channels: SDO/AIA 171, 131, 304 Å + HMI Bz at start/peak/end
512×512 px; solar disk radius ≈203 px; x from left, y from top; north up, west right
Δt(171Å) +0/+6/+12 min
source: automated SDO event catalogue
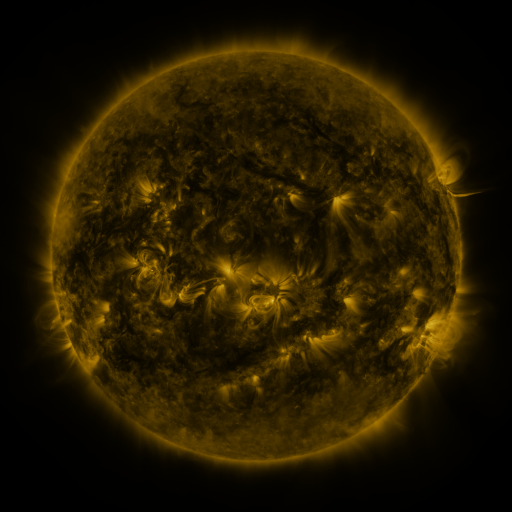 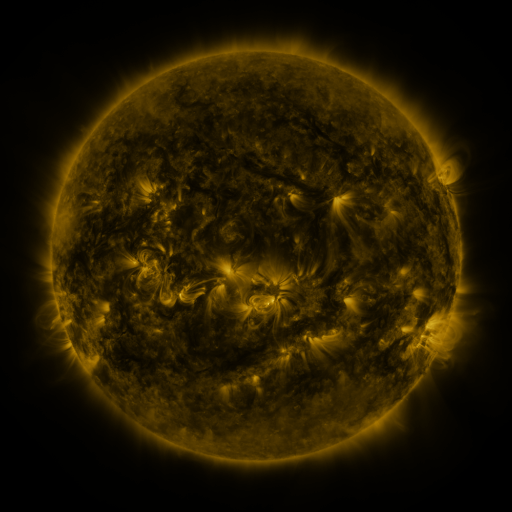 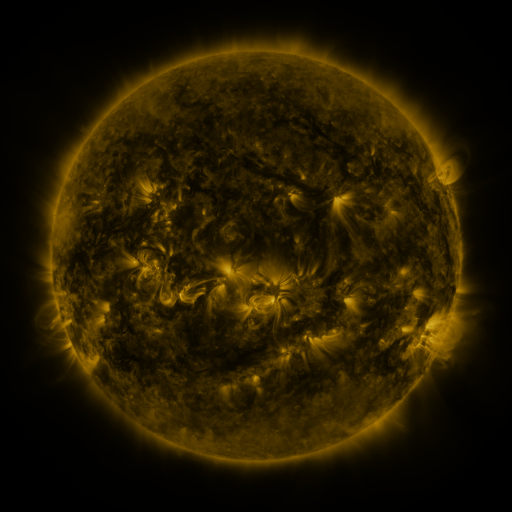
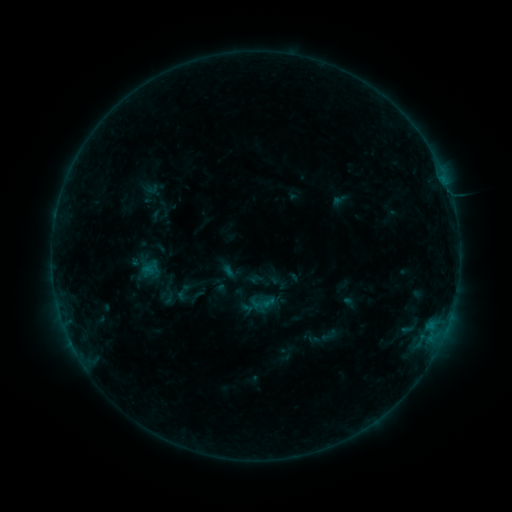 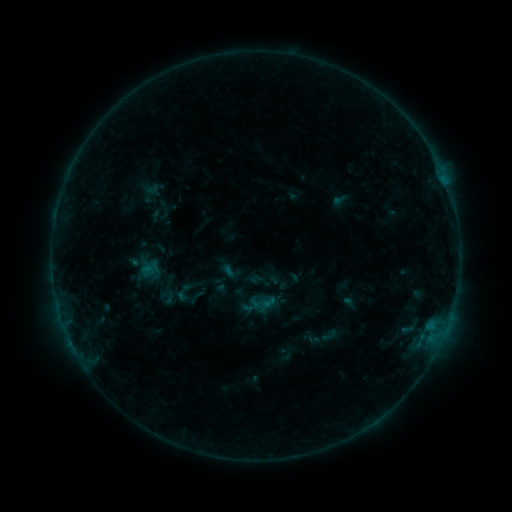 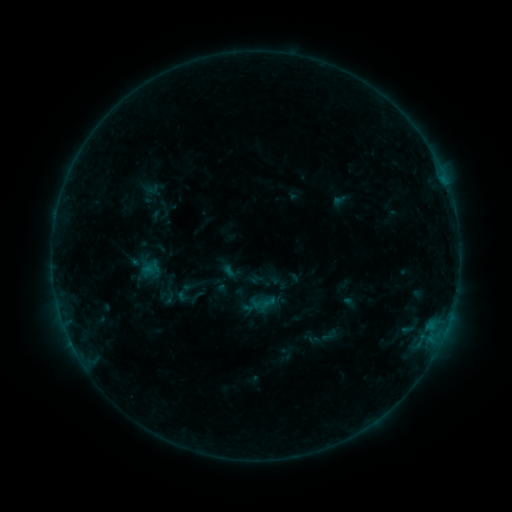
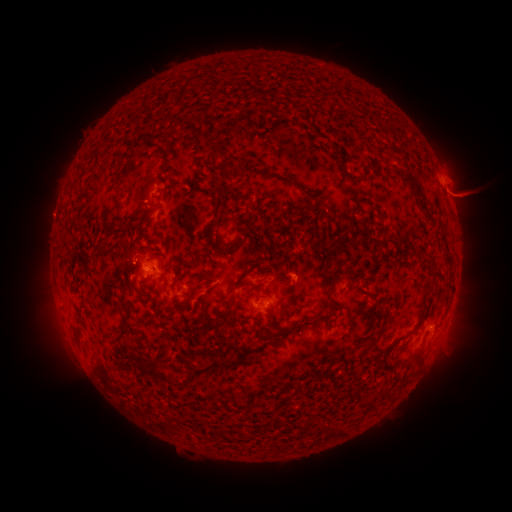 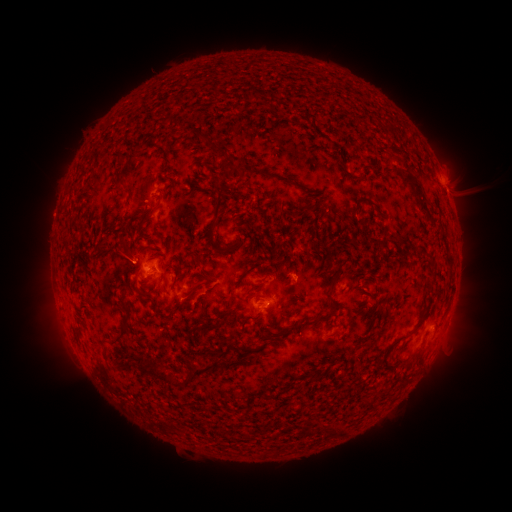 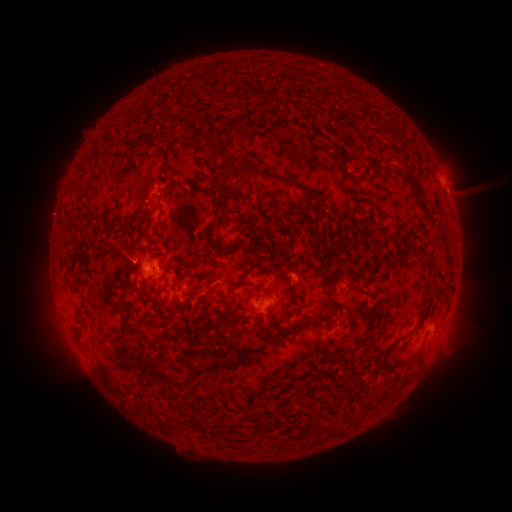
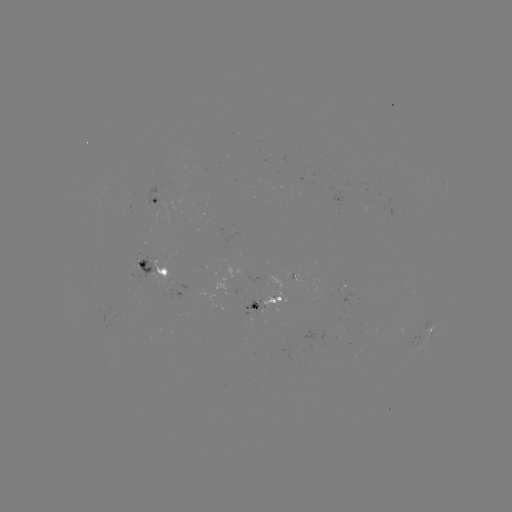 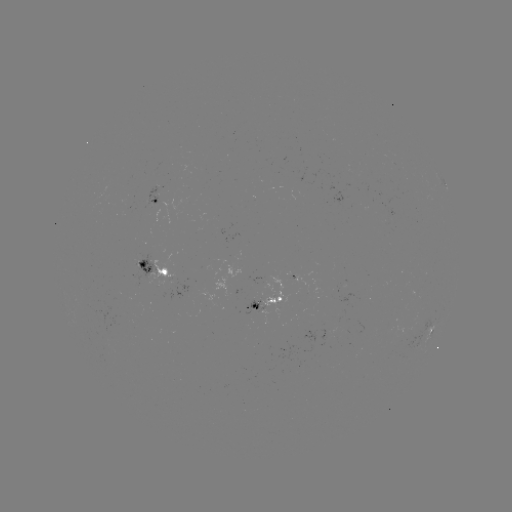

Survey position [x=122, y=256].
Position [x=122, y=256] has eruption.